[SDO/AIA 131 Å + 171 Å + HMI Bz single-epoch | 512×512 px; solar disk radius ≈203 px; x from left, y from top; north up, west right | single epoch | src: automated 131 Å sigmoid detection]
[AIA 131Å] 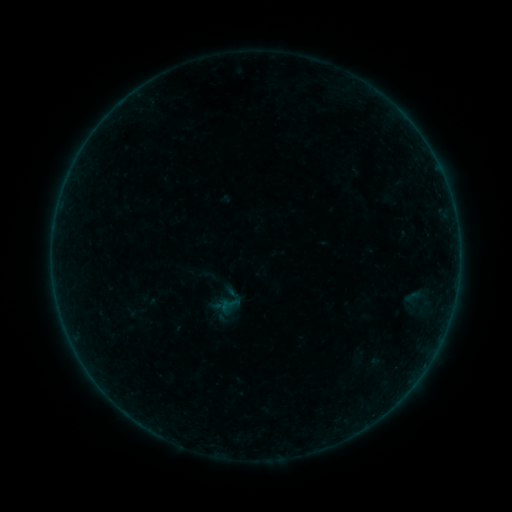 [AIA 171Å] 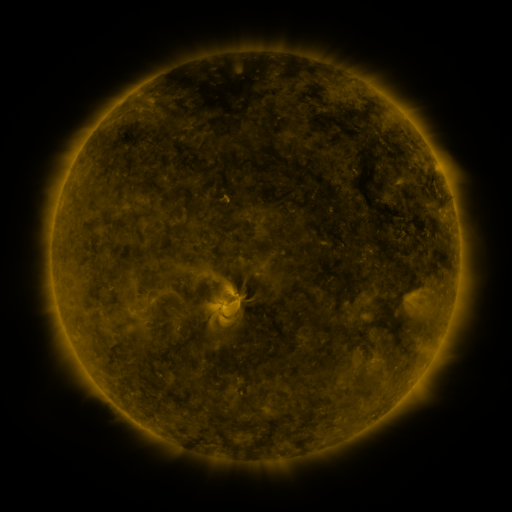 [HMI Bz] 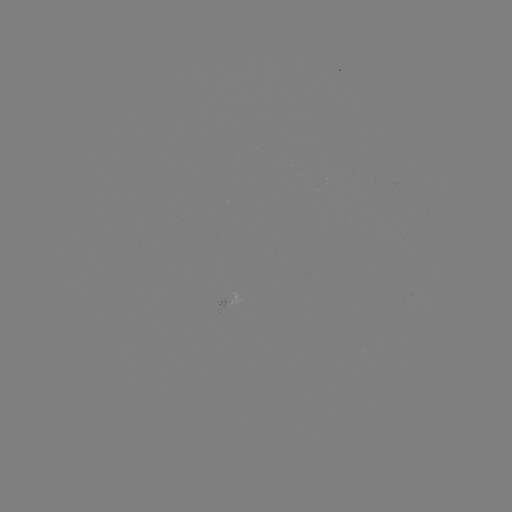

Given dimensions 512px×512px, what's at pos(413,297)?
sigmoid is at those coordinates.